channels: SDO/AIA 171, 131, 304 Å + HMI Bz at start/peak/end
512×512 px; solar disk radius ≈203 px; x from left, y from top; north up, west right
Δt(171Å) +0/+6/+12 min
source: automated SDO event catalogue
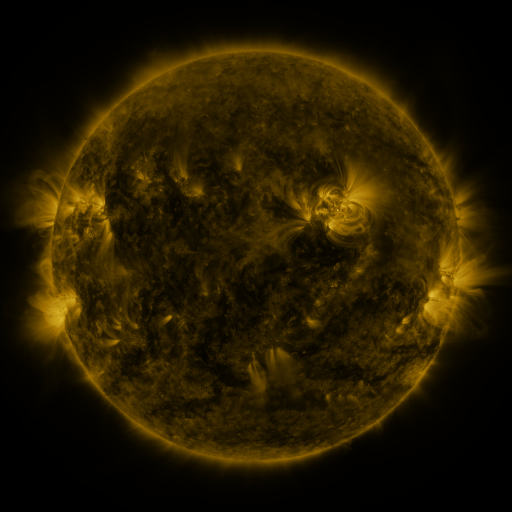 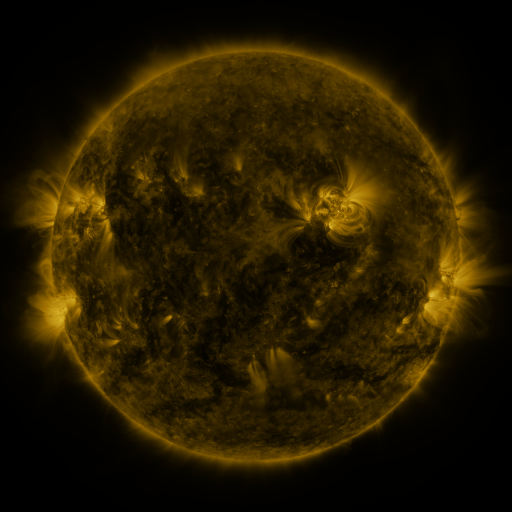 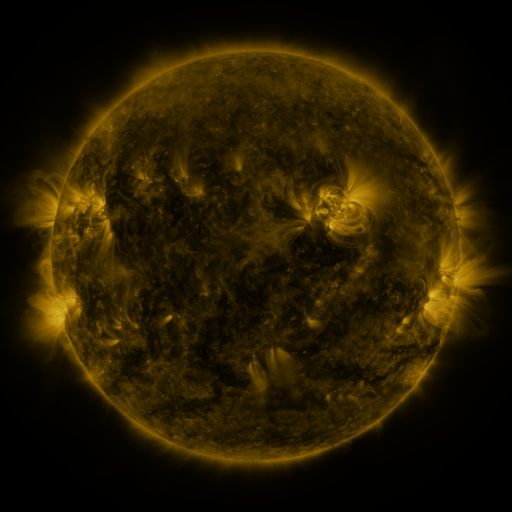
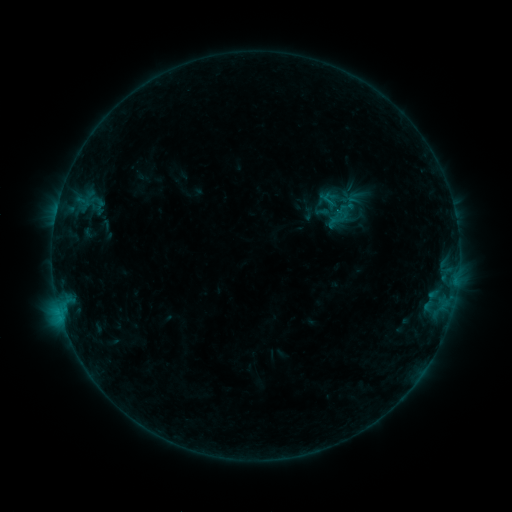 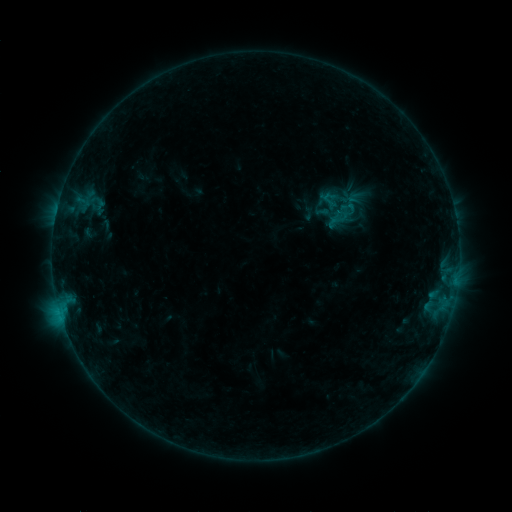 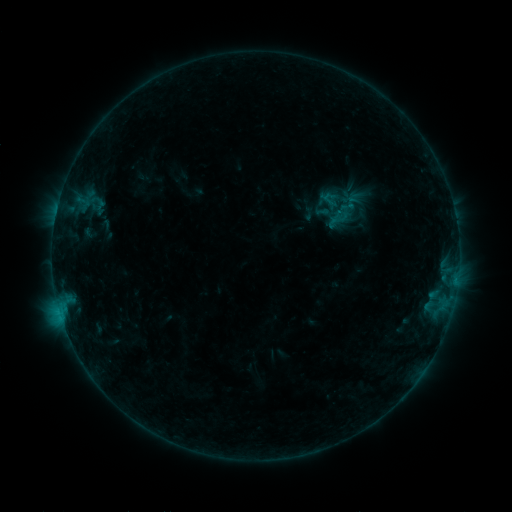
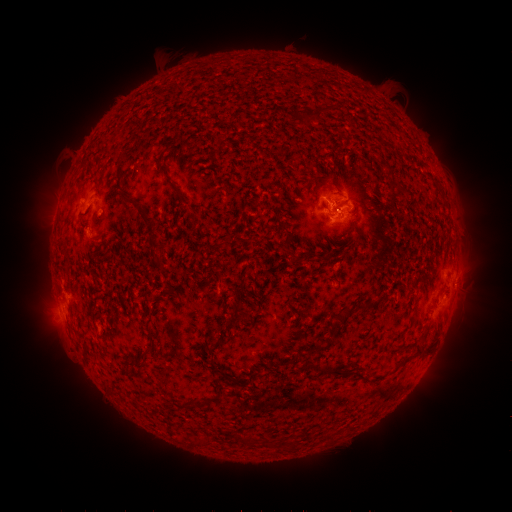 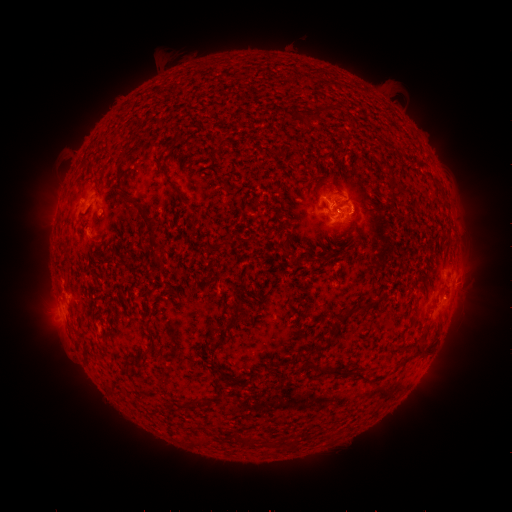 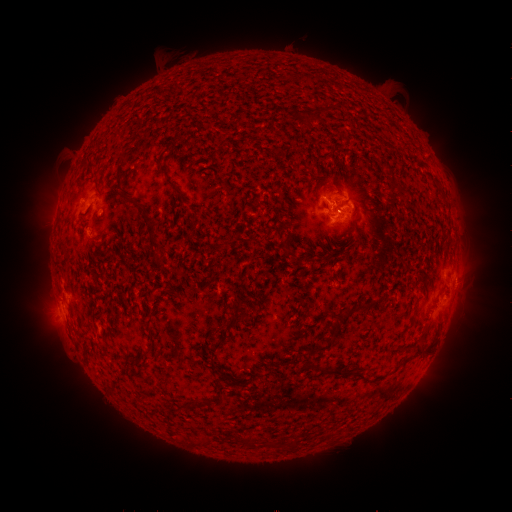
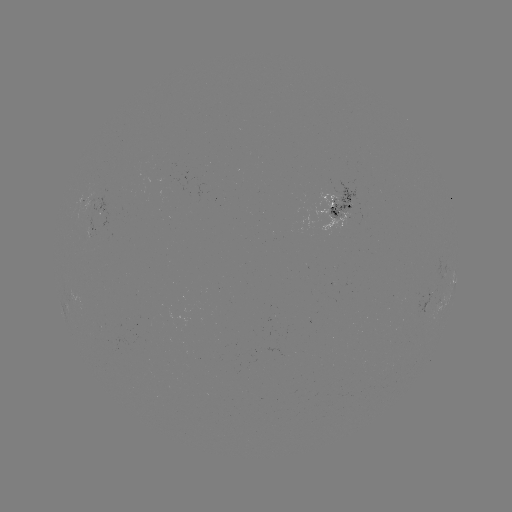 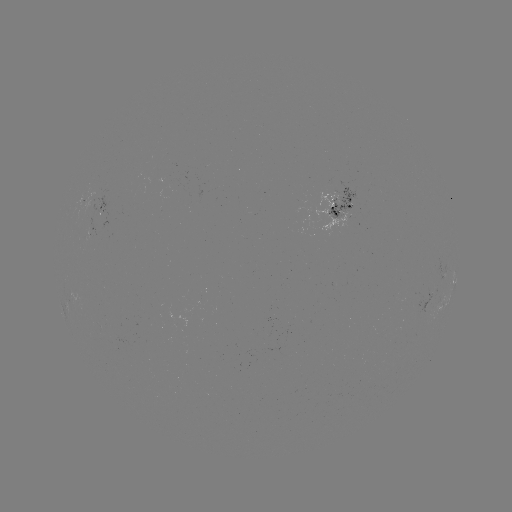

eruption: (344, 191, 387, 236)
